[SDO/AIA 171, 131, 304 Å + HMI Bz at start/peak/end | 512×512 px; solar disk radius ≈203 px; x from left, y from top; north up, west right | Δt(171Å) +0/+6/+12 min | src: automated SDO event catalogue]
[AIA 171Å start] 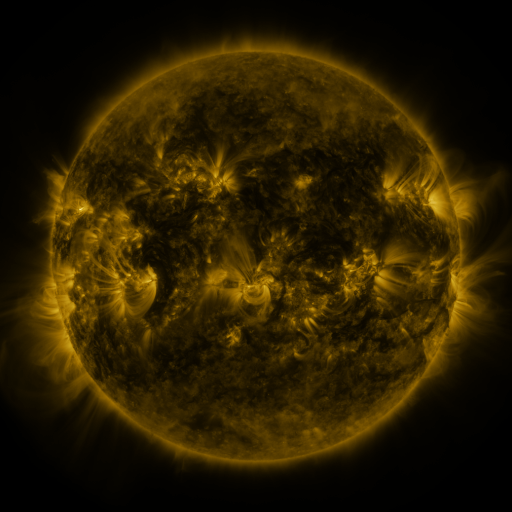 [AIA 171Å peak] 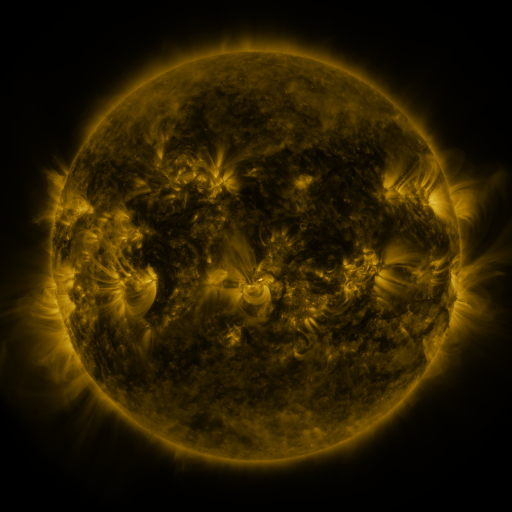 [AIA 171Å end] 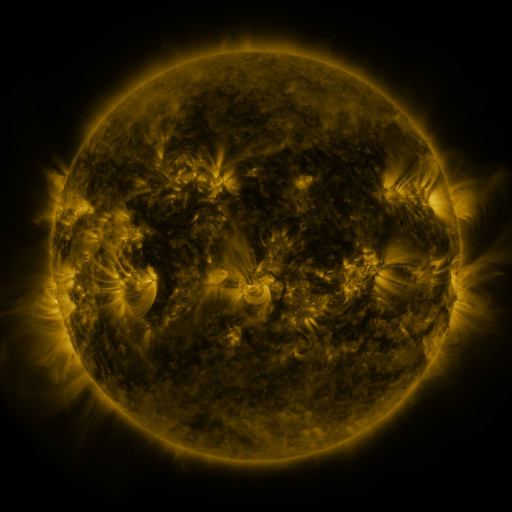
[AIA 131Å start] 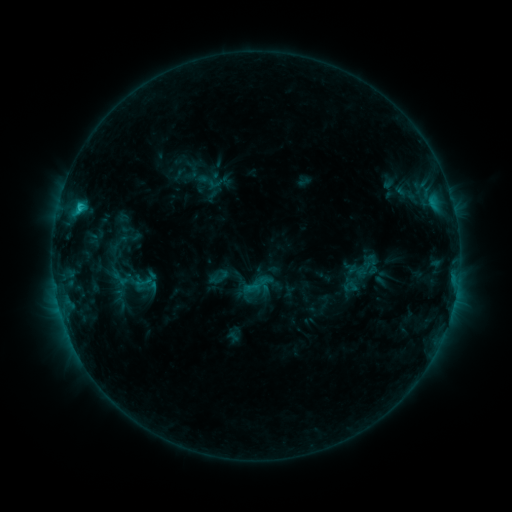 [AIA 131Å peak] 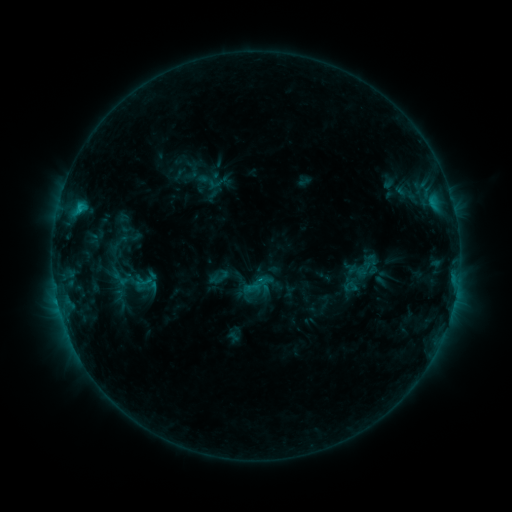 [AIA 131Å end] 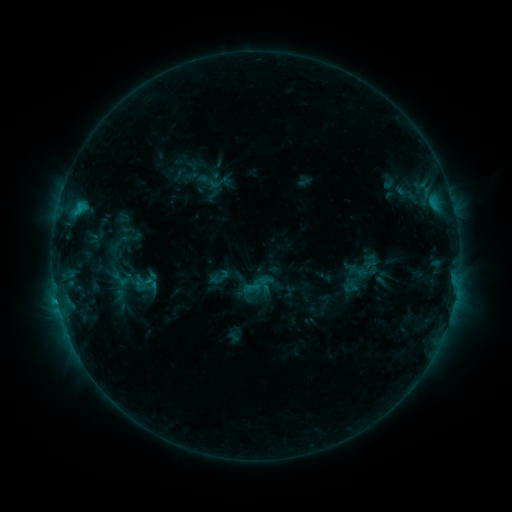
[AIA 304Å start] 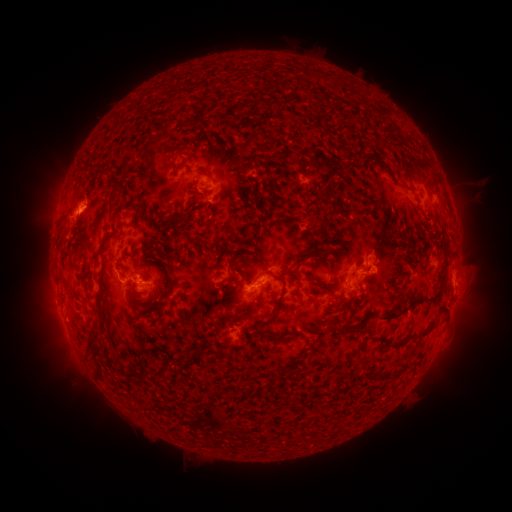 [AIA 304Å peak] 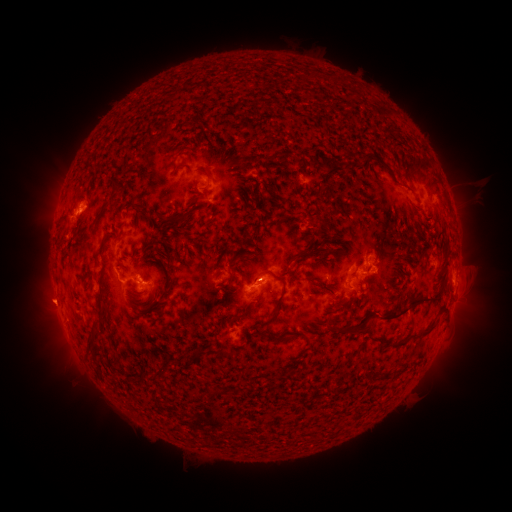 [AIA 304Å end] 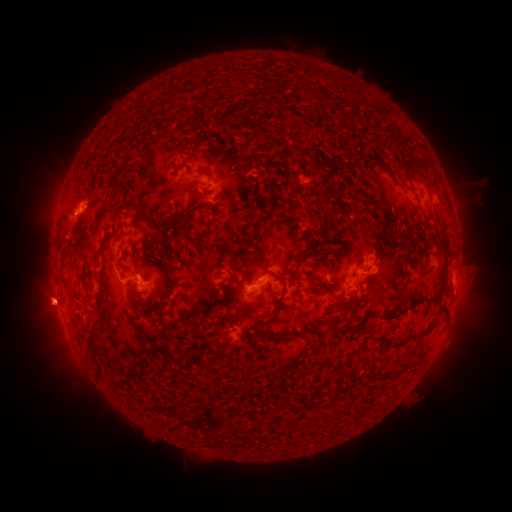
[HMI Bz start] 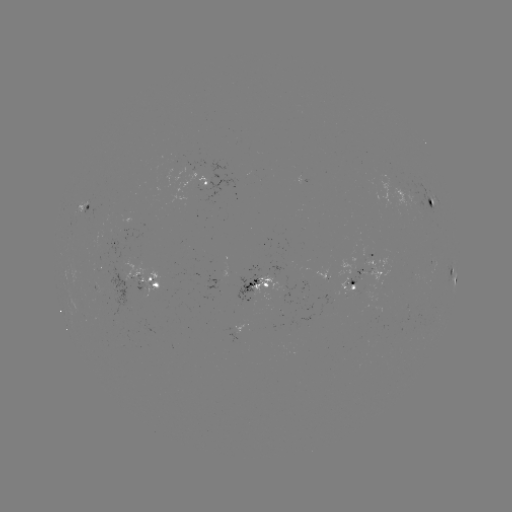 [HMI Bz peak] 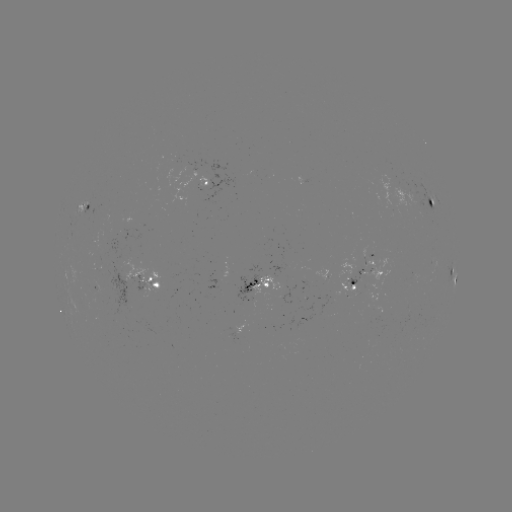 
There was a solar eruption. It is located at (47, 304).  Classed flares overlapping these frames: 1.